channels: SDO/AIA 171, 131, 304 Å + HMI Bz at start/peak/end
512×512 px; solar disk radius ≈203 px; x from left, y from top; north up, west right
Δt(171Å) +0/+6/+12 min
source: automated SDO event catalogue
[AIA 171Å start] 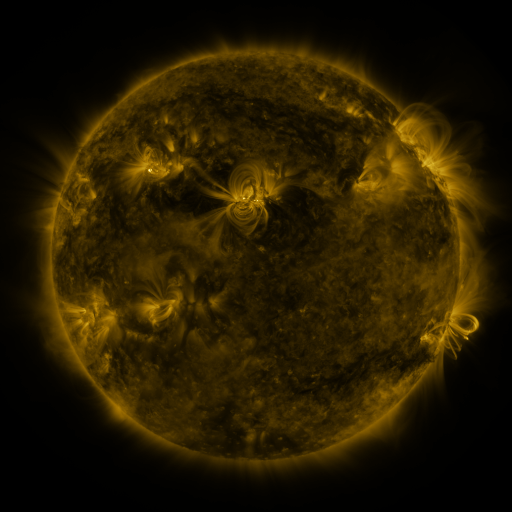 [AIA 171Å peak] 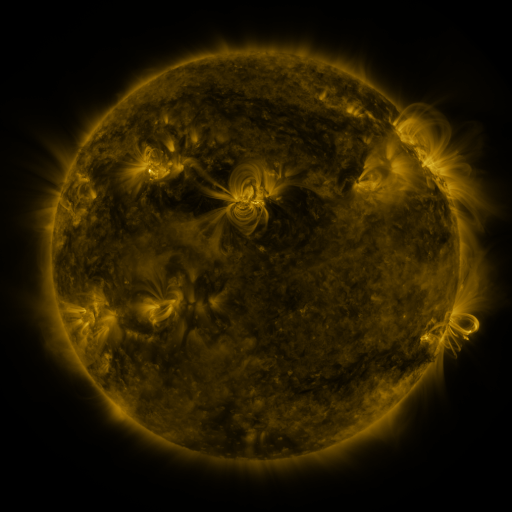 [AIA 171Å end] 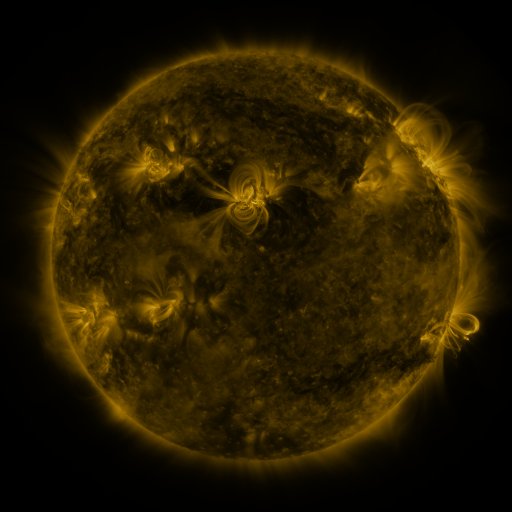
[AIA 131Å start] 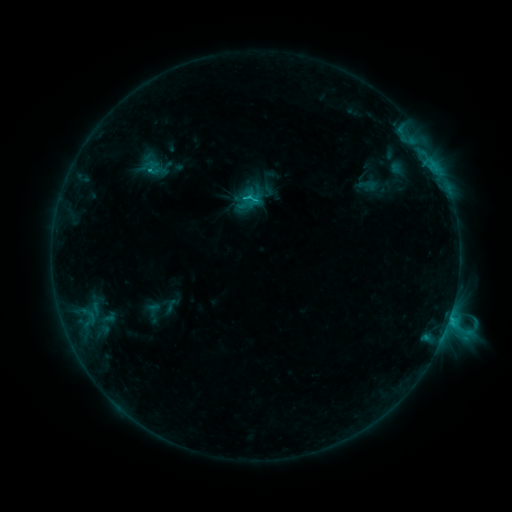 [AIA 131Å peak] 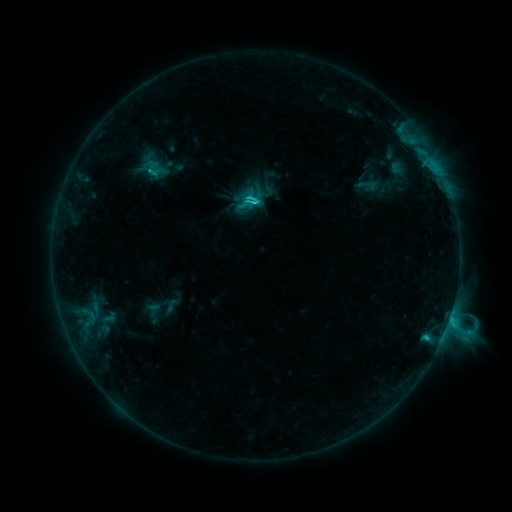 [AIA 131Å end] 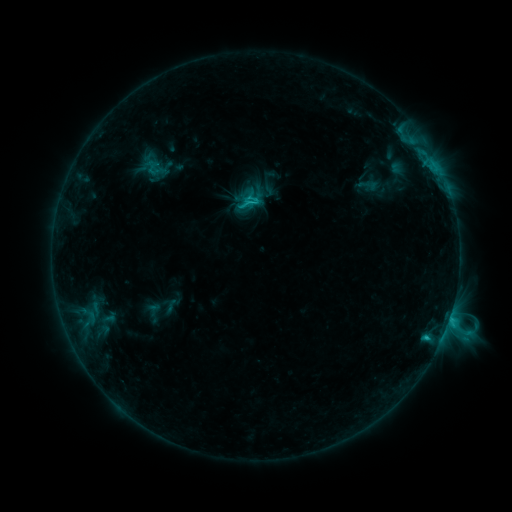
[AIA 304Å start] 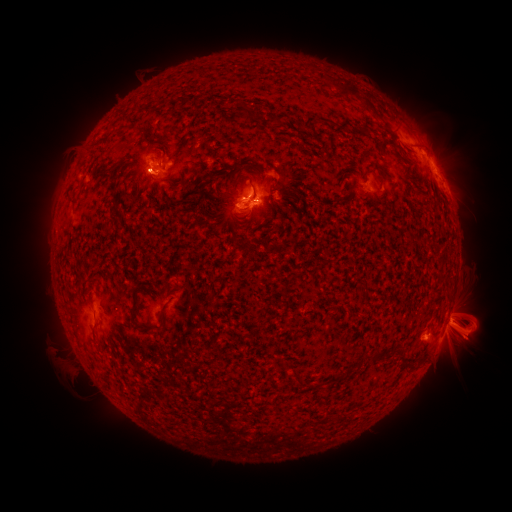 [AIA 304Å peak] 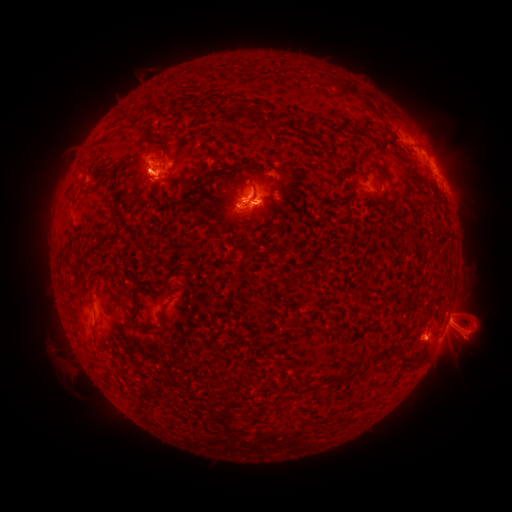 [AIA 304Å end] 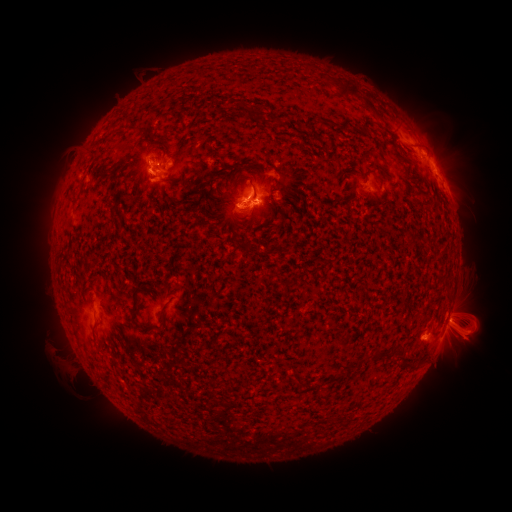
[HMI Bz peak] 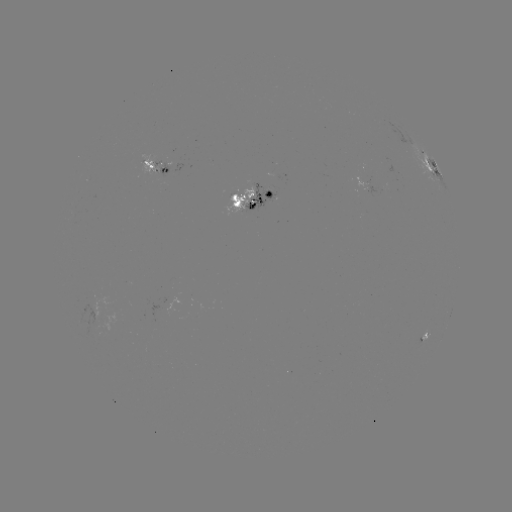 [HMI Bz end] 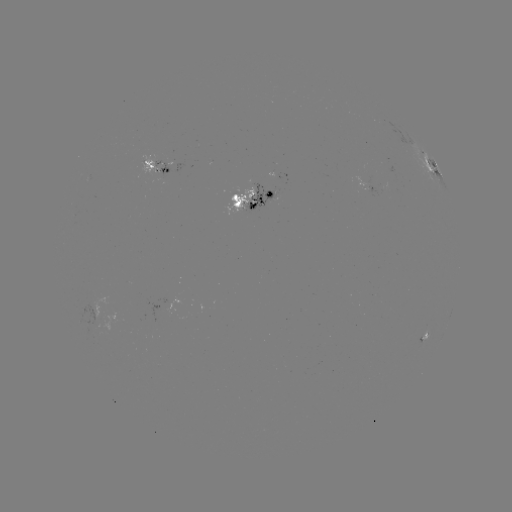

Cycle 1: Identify eruption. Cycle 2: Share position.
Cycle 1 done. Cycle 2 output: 437,143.